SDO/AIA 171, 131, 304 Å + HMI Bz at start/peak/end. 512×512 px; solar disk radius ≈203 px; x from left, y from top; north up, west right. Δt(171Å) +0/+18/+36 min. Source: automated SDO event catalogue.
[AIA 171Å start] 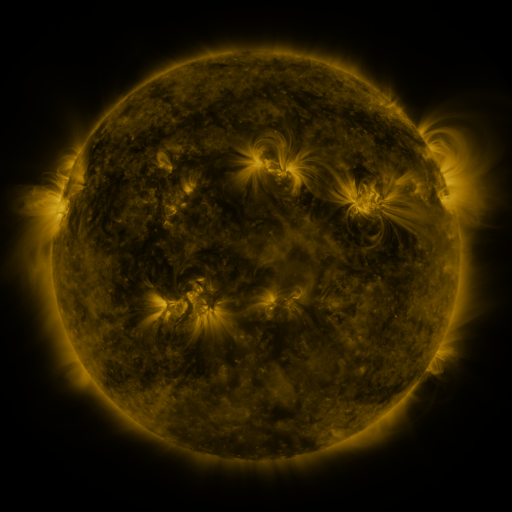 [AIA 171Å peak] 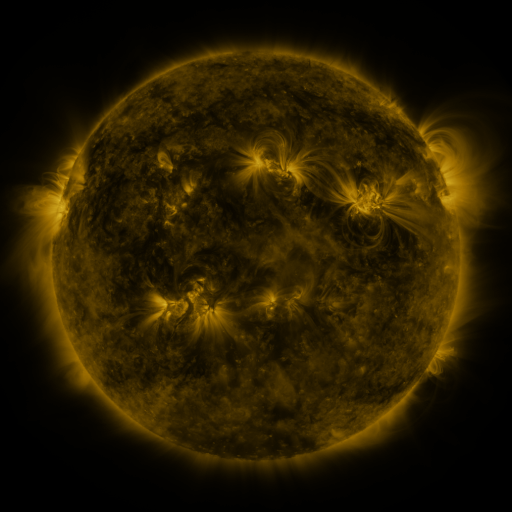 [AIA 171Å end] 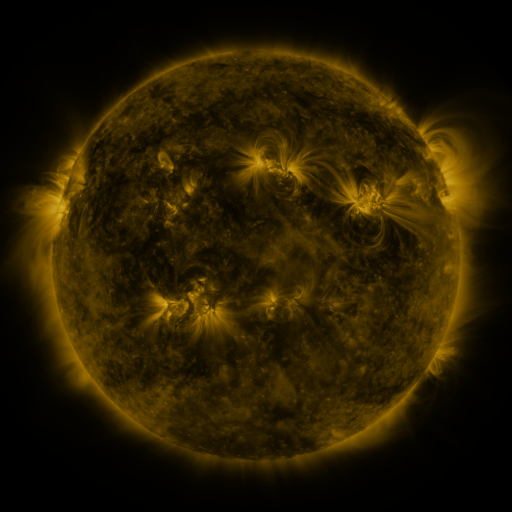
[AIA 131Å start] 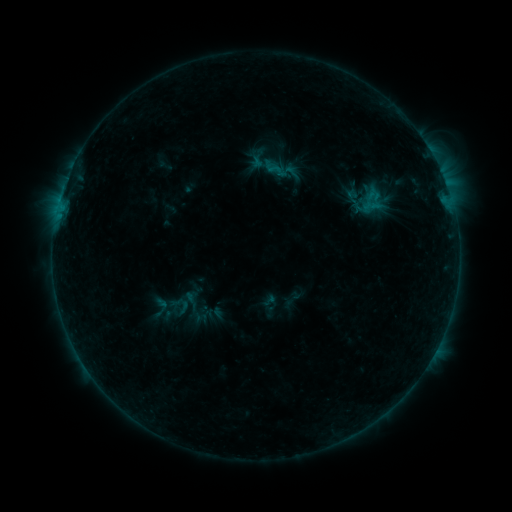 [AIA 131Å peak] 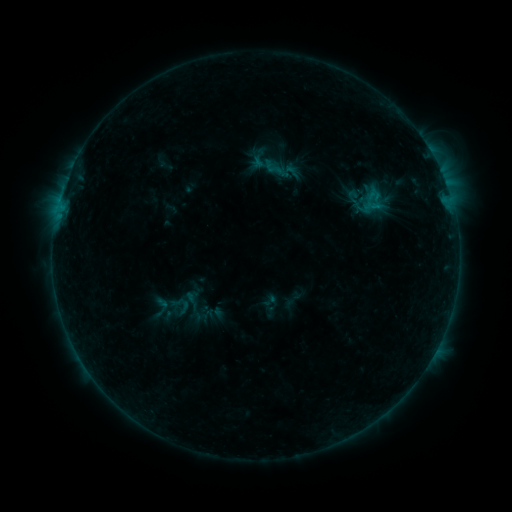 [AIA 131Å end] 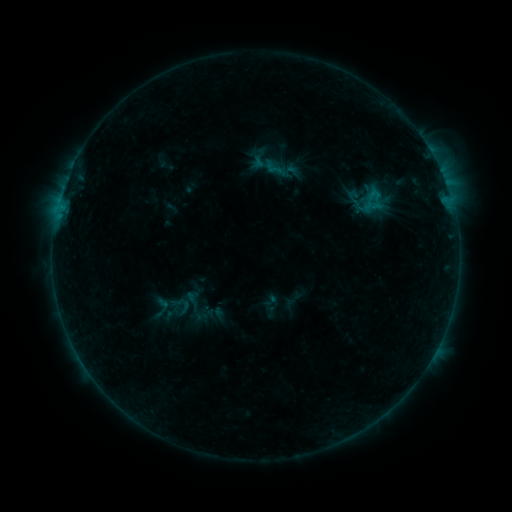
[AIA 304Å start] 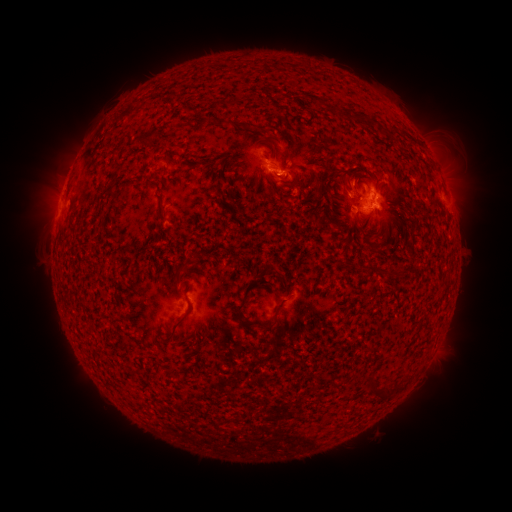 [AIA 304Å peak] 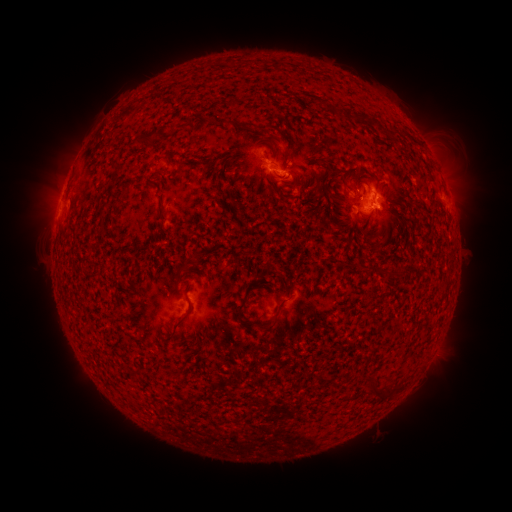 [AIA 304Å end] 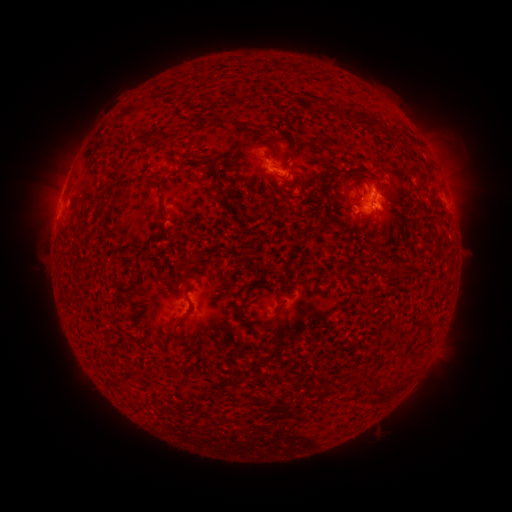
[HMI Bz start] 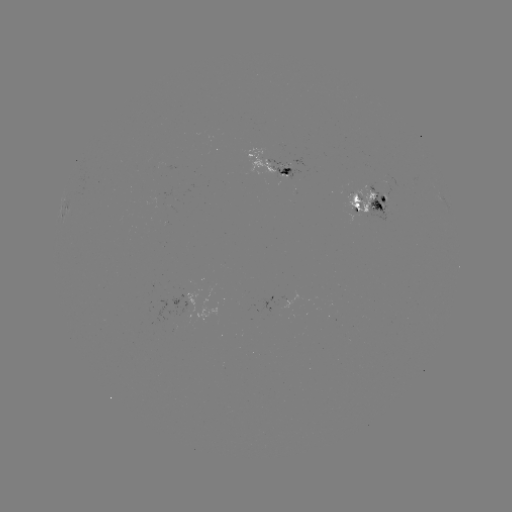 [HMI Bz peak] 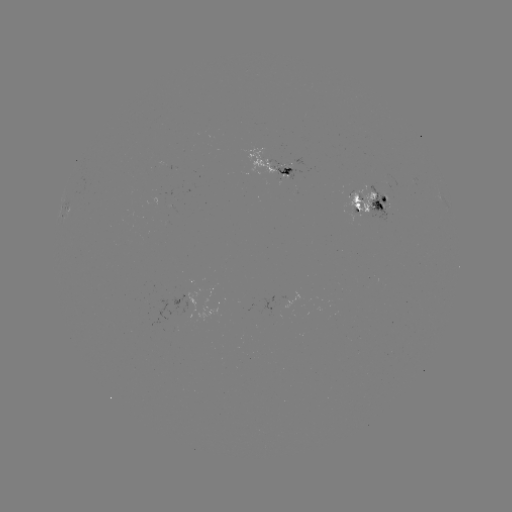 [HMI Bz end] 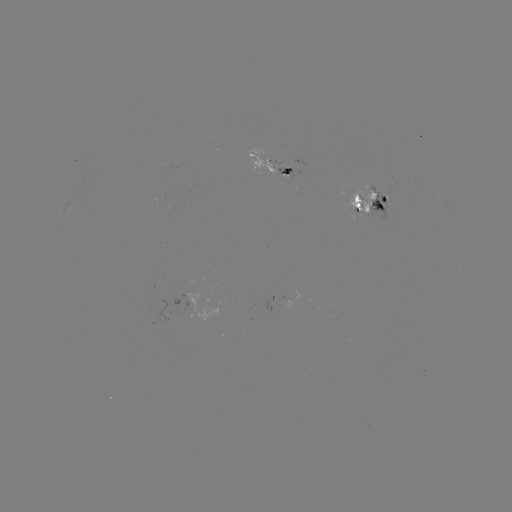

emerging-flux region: [348, 191, 375, 216]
